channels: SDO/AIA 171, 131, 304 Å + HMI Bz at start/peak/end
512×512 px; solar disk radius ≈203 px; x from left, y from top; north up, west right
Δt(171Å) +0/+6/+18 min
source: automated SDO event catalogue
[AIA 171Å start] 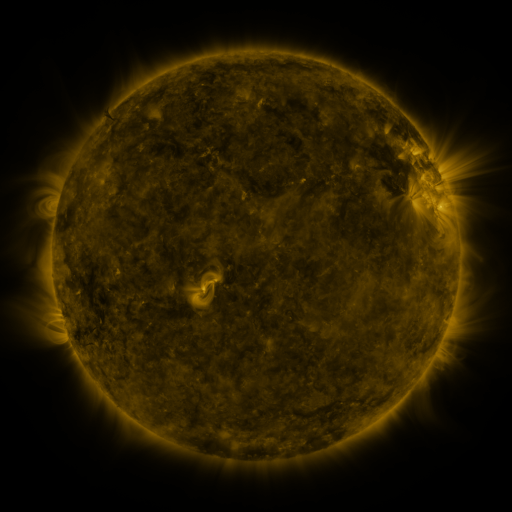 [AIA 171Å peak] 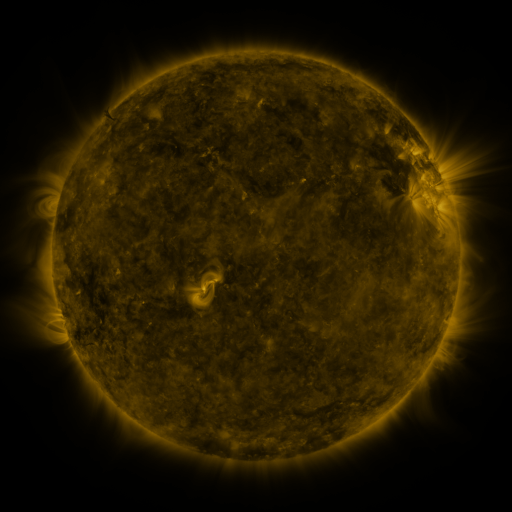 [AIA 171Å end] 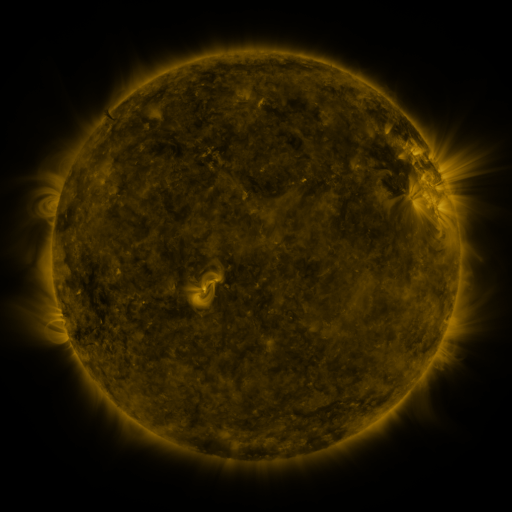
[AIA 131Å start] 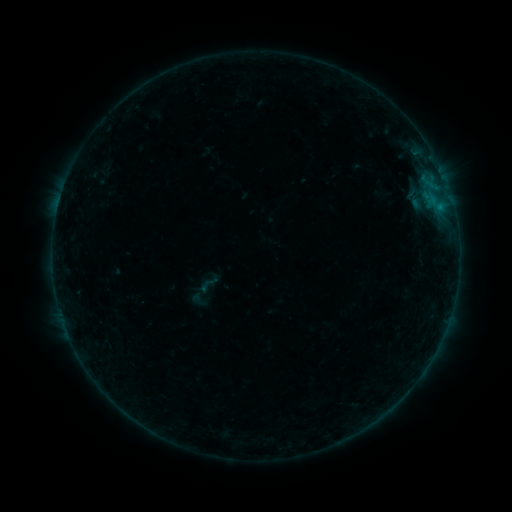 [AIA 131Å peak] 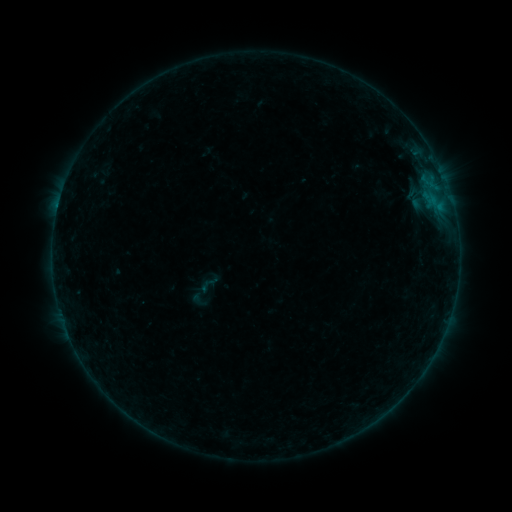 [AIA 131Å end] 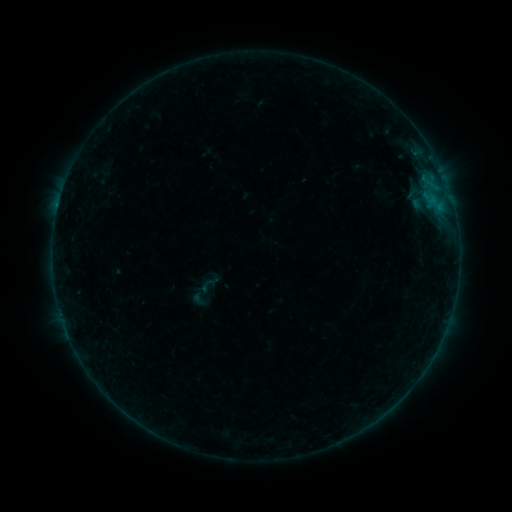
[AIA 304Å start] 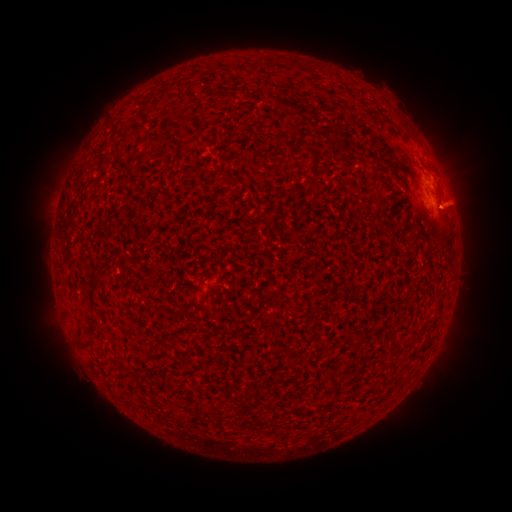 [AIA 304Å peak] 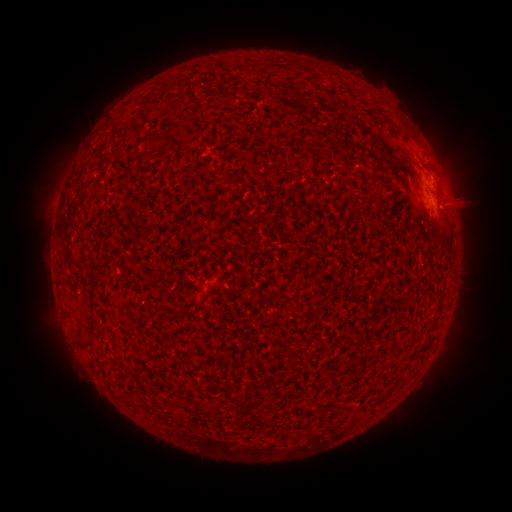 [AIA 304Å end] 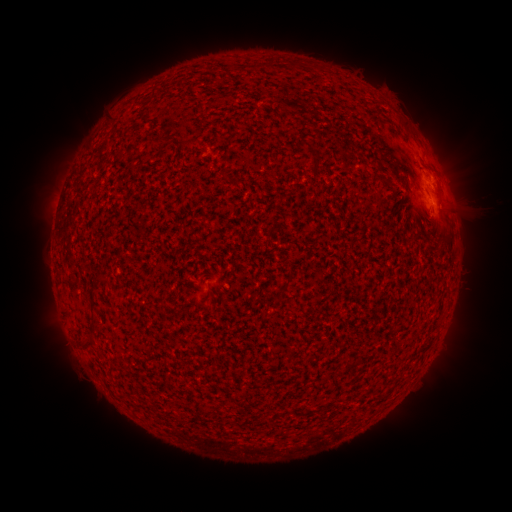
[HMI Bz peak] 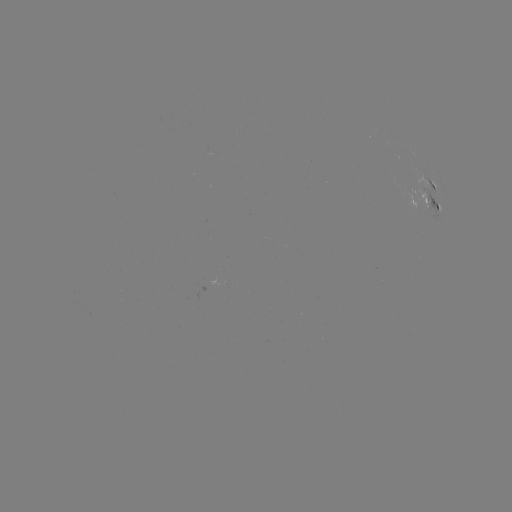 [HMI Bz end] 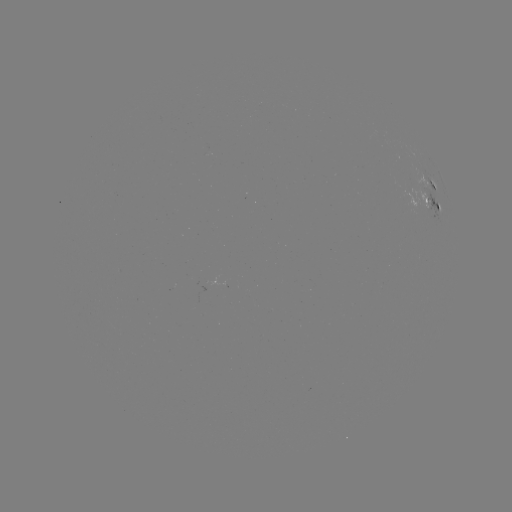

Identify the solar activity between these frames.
B3.1 flare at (429, 186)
